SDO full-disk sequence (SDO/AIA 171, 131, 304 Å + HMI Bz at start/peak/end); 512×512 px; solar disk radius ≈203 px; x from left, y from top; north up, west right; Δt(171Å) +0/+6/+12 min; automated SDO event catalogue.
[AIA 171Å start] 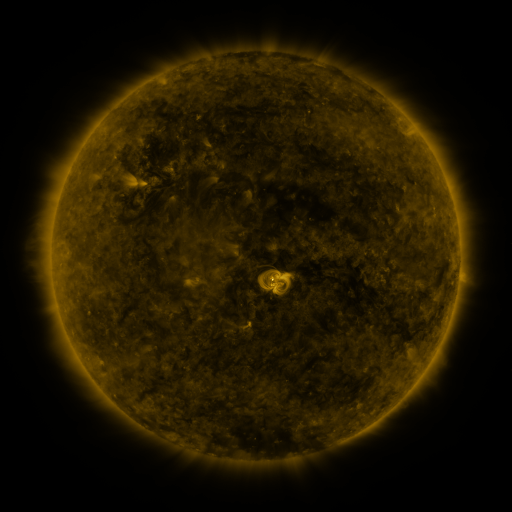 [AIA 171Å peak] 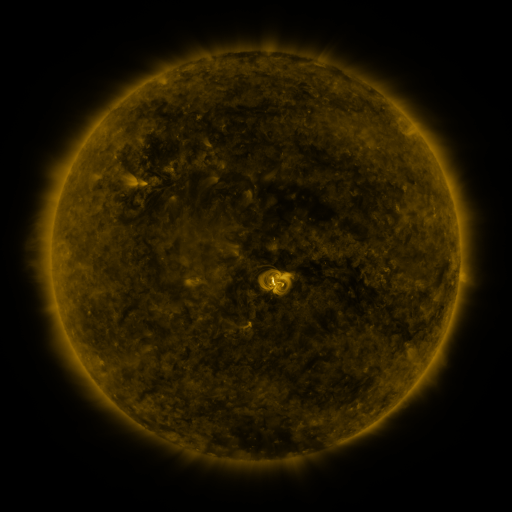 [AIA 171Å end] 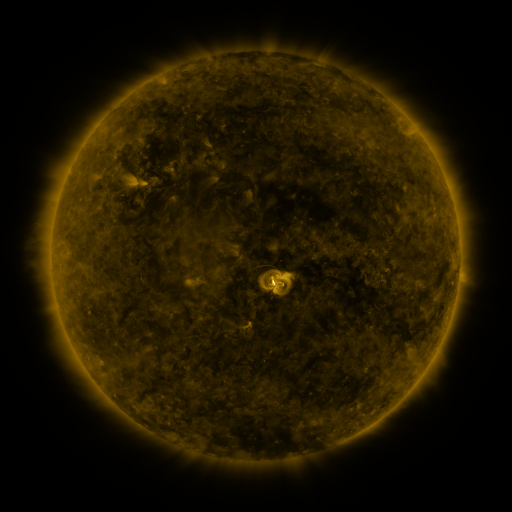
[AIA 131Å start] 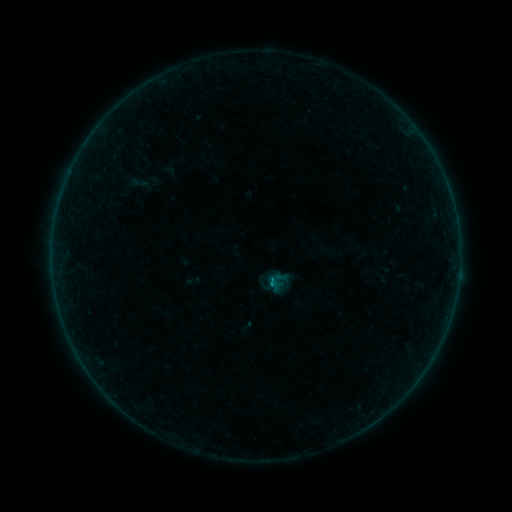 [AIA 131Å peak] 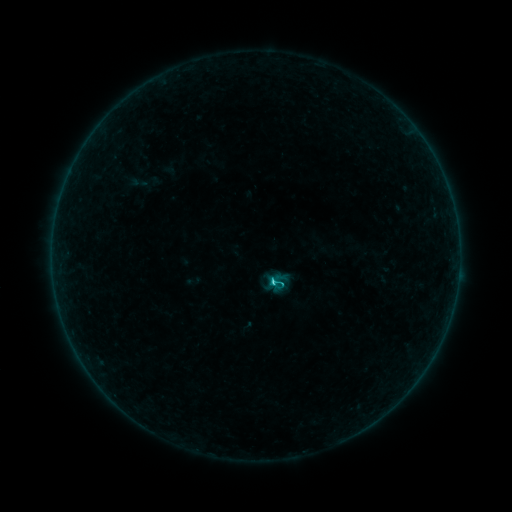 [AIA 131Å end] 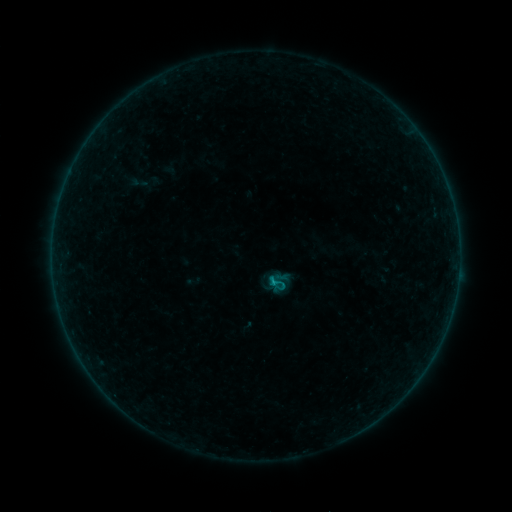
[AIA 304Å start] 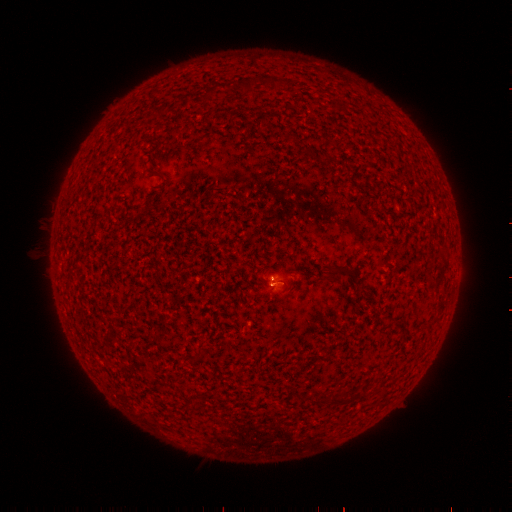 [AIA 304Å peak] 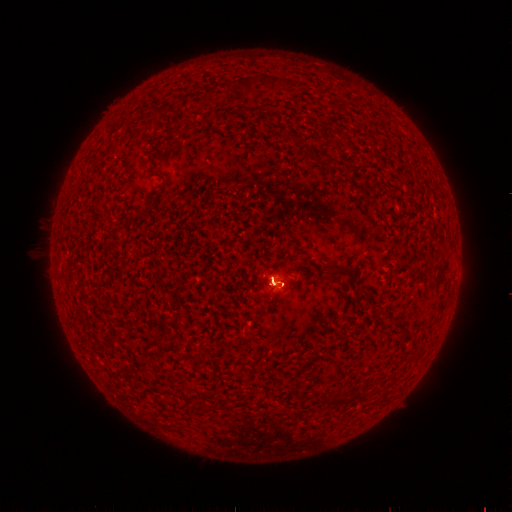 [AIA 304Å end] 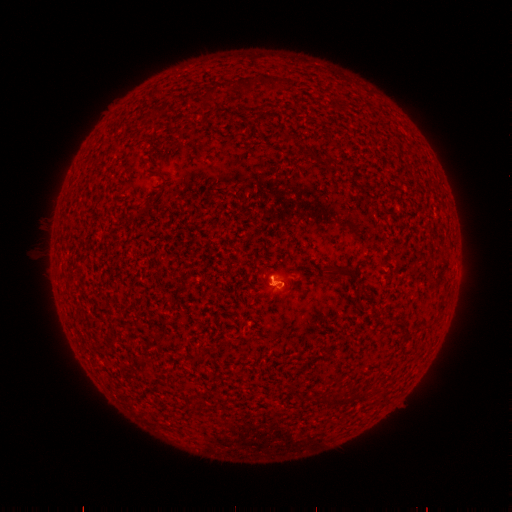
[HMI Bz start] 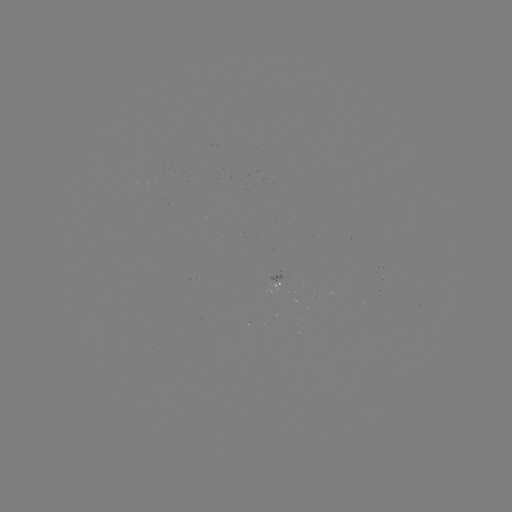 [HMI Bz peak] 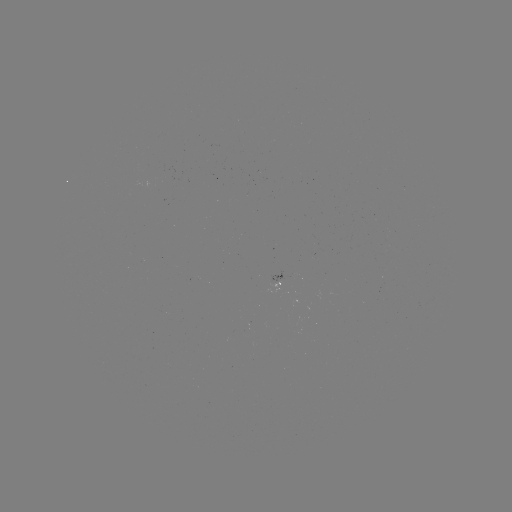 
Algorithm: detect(B9.7 flare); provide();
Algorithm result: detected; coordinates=269,281